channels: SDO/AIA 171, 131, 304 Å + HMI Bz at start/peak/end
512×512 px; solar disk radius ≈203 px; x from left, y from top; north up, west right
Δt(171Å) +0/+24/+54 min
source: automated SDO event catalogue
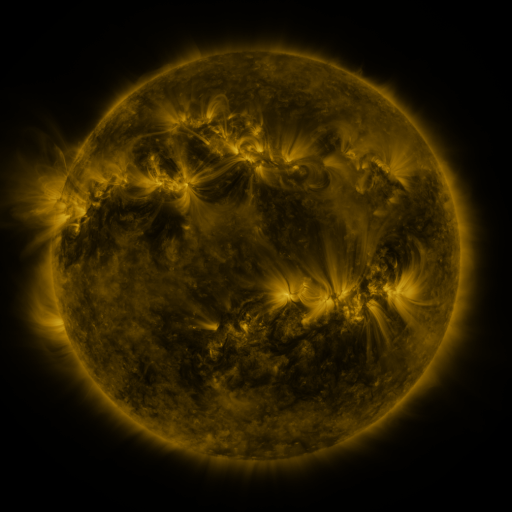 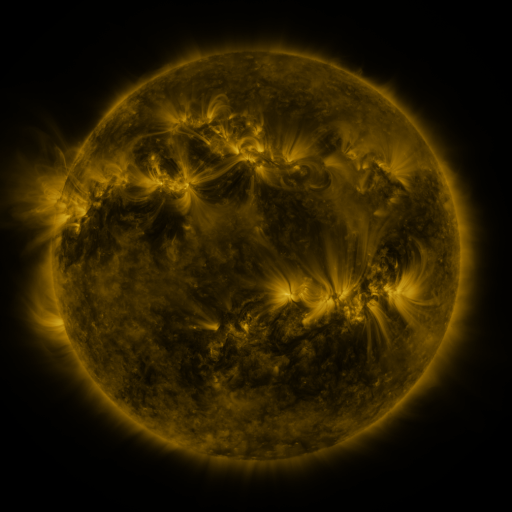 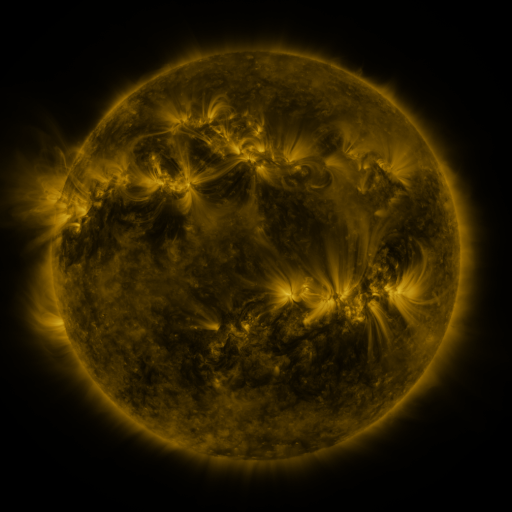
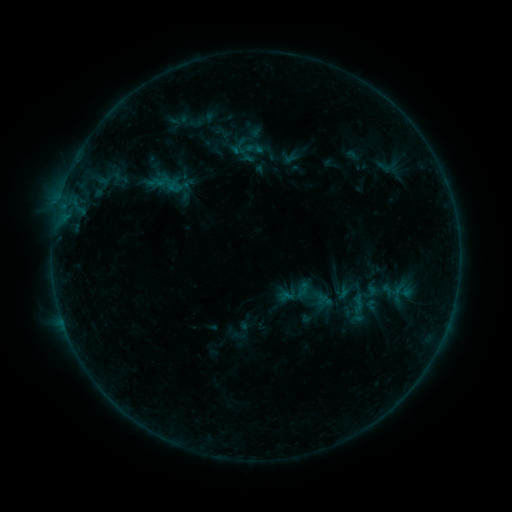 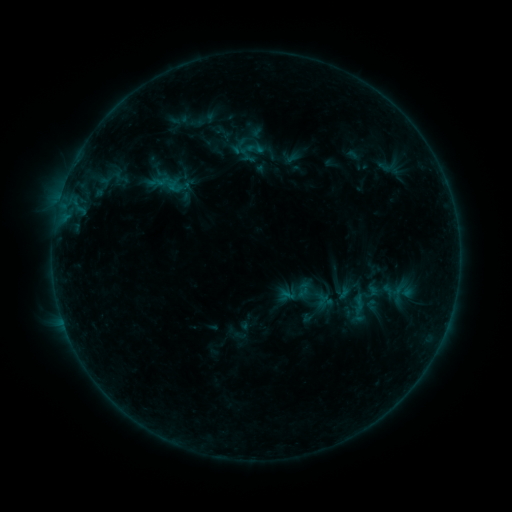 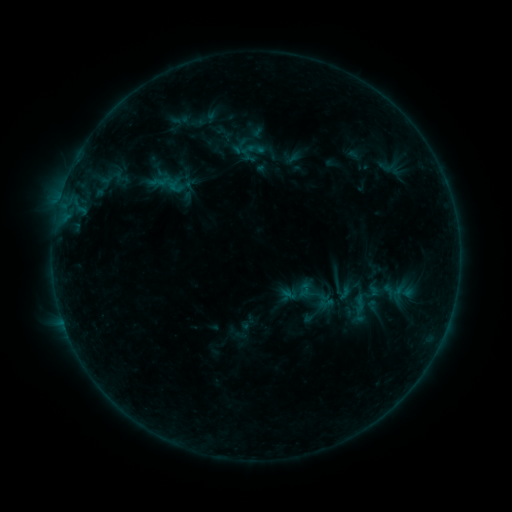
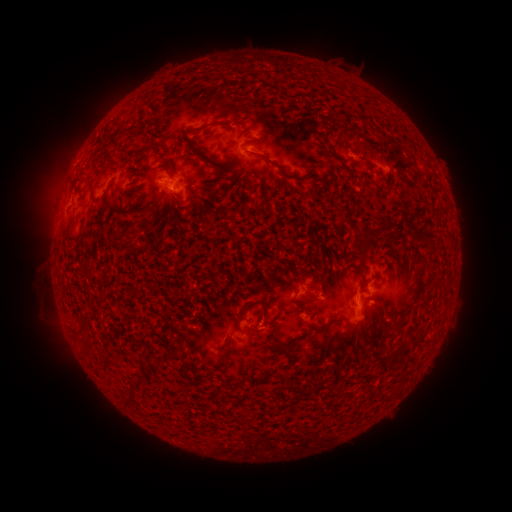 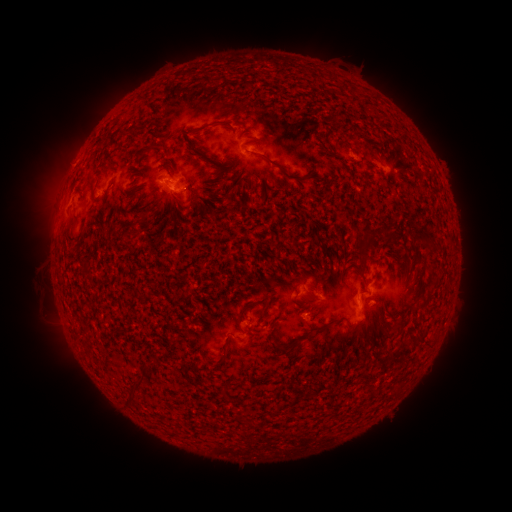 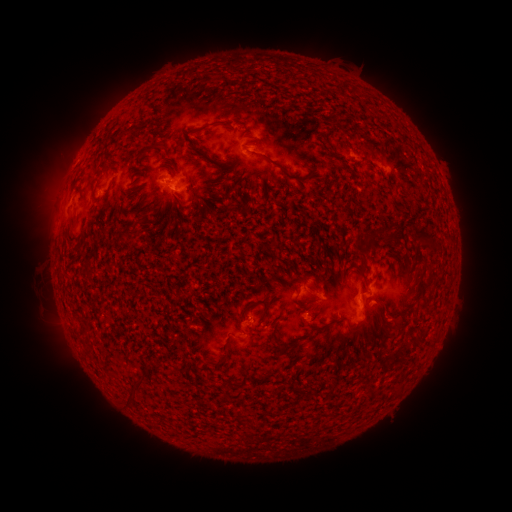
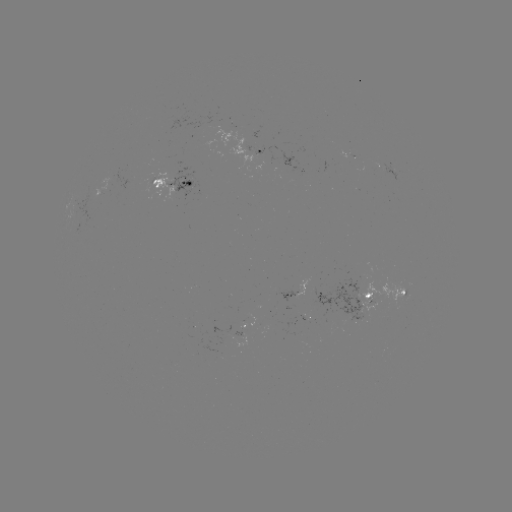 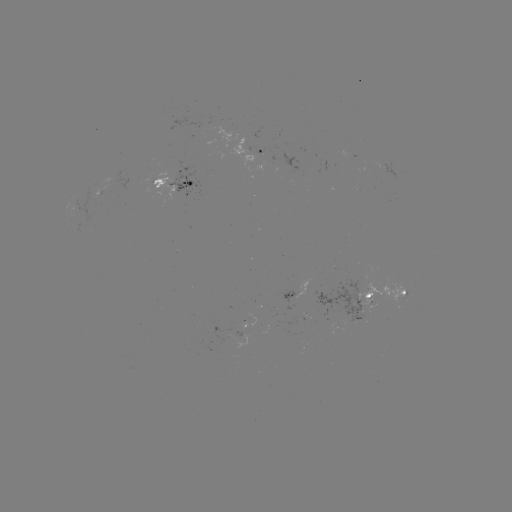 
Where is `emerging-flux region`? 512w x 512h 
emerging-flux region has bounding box [234, 331, 244, 337].